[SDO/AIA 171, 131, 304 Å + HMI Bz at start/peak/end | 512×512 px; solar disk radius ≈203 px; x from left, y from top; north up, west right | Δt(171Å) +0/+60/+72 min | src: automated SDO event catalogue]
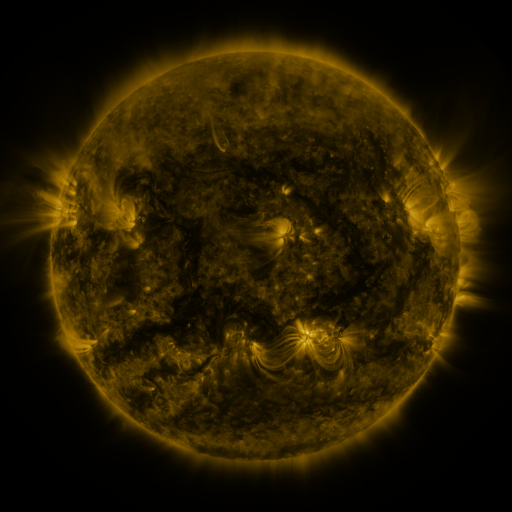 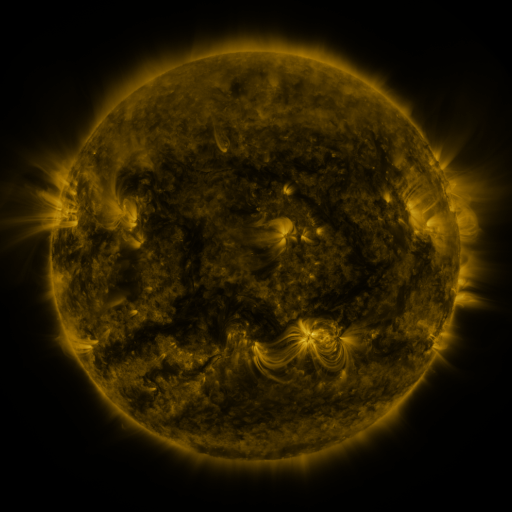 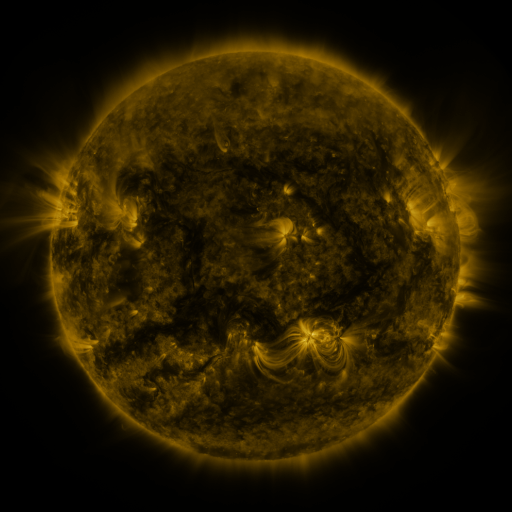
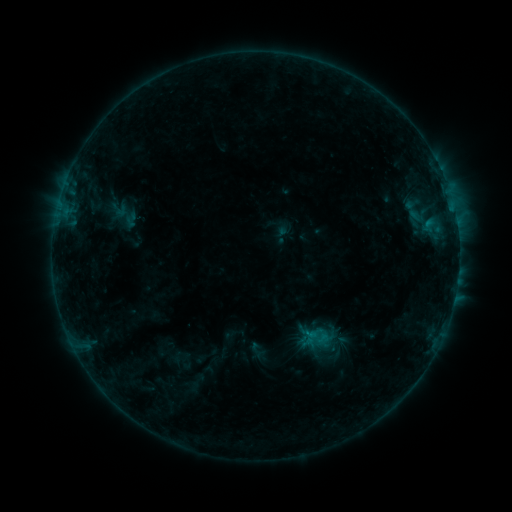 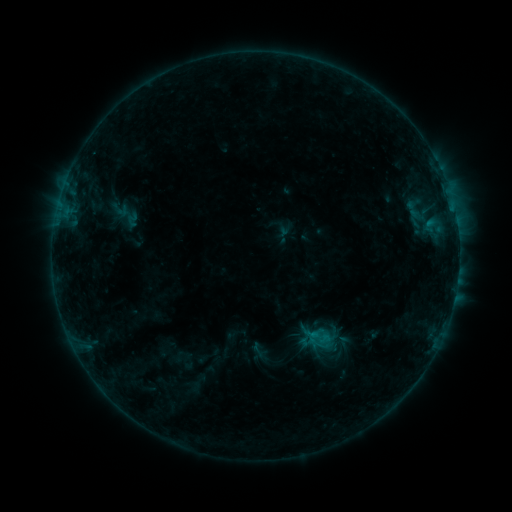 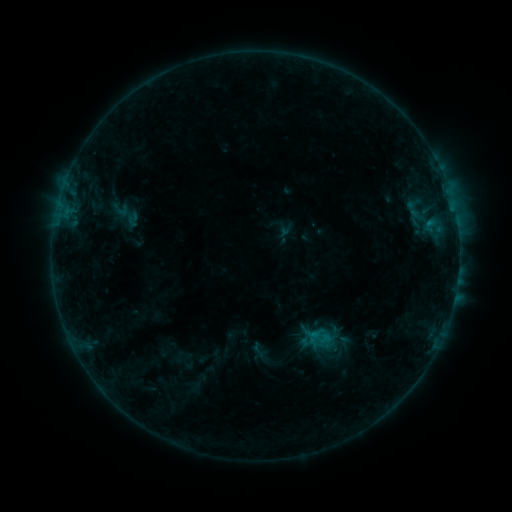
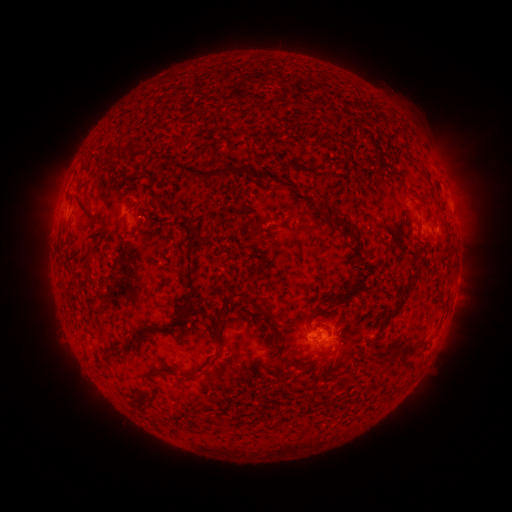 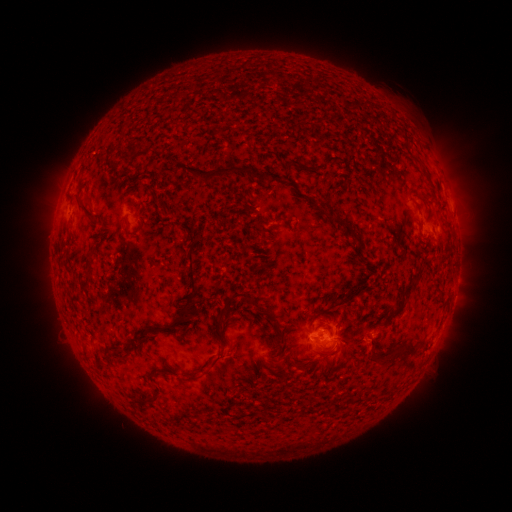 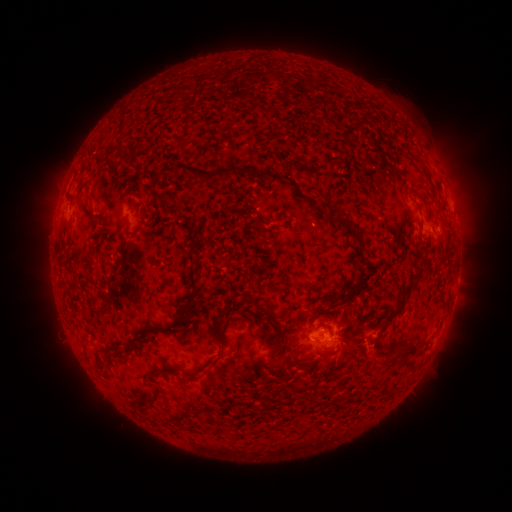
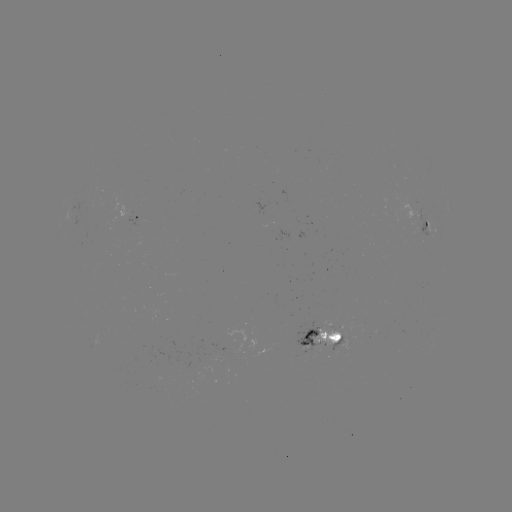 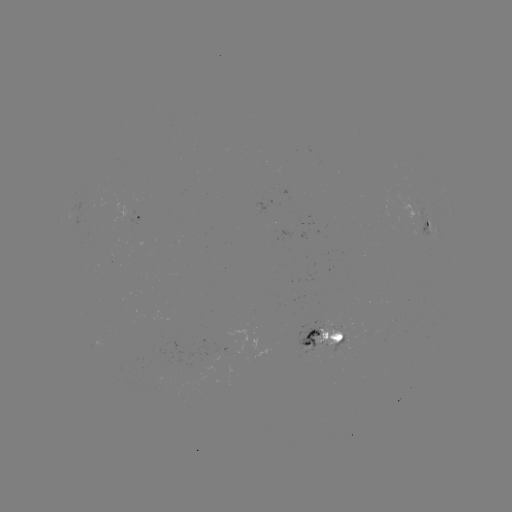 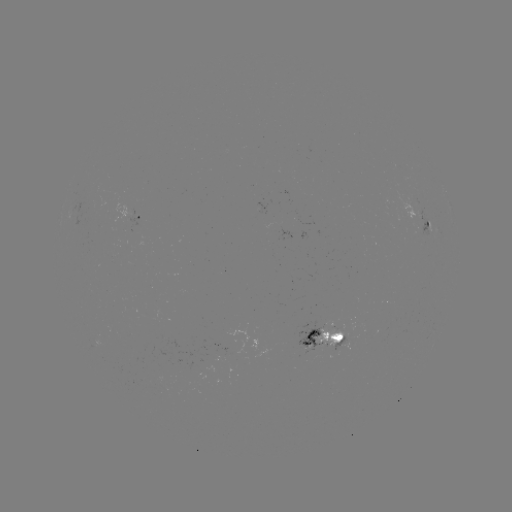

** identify emerging-flux region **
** (316, 342) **